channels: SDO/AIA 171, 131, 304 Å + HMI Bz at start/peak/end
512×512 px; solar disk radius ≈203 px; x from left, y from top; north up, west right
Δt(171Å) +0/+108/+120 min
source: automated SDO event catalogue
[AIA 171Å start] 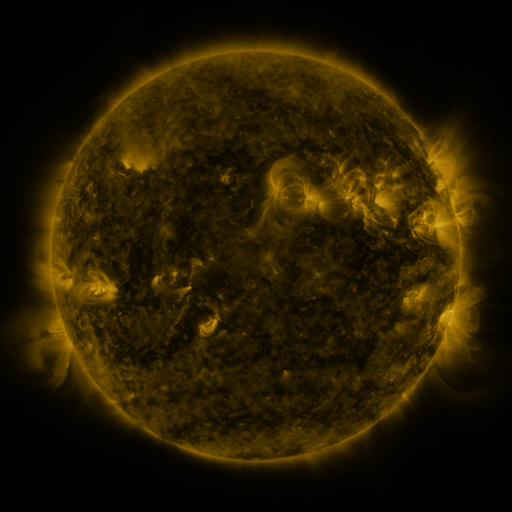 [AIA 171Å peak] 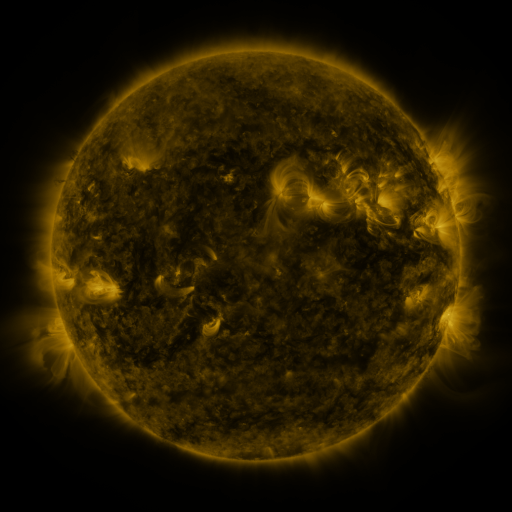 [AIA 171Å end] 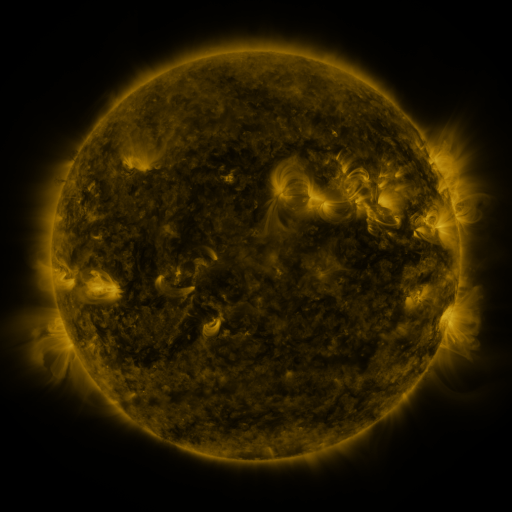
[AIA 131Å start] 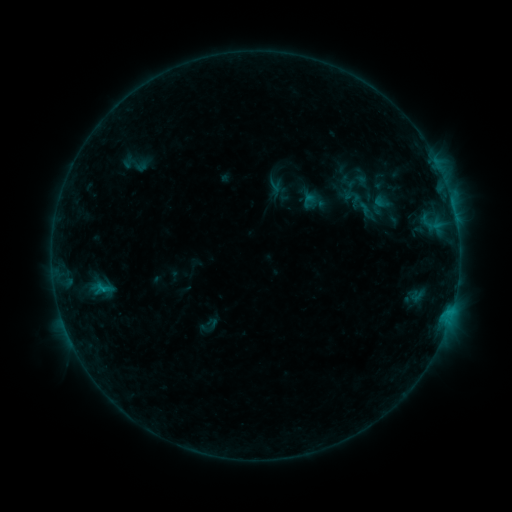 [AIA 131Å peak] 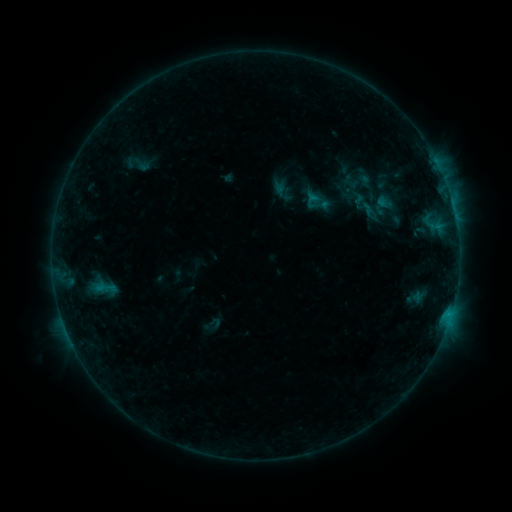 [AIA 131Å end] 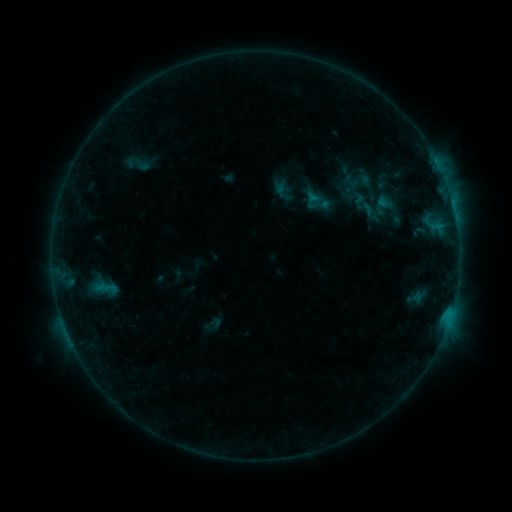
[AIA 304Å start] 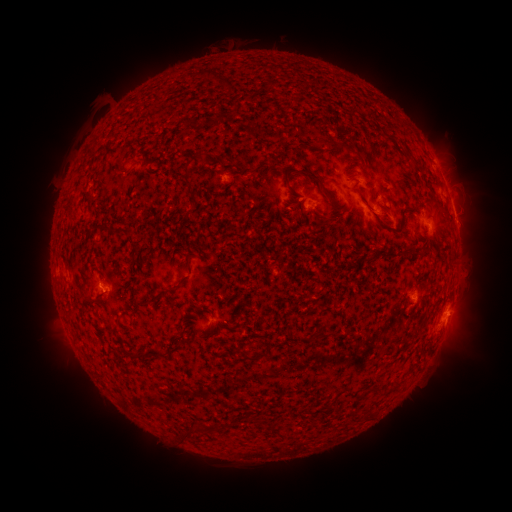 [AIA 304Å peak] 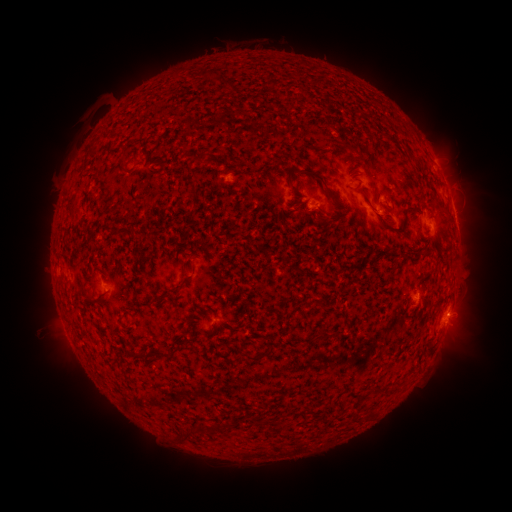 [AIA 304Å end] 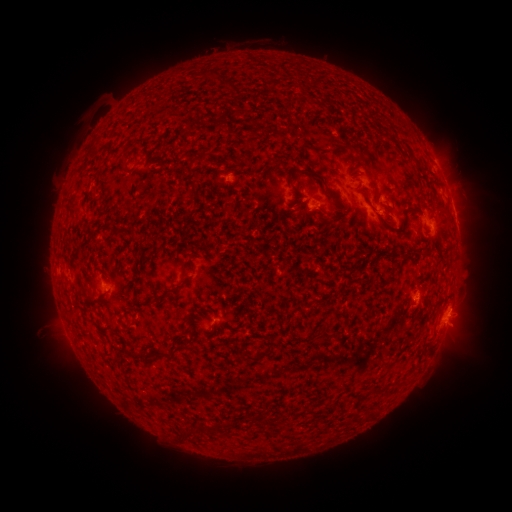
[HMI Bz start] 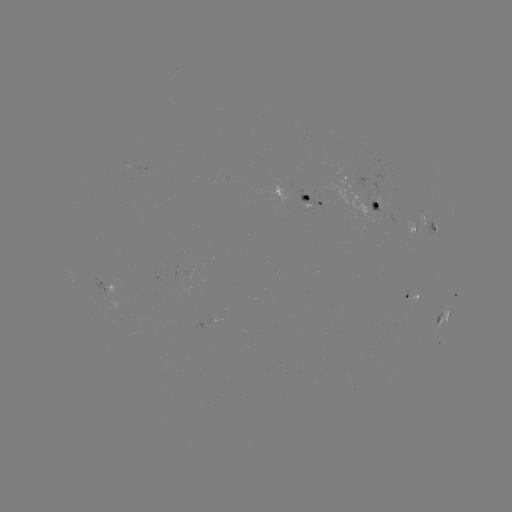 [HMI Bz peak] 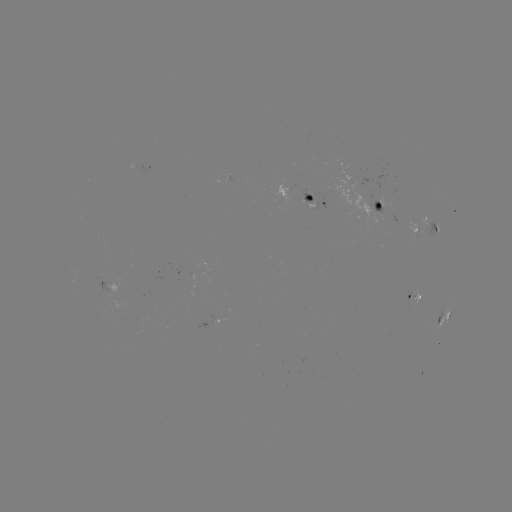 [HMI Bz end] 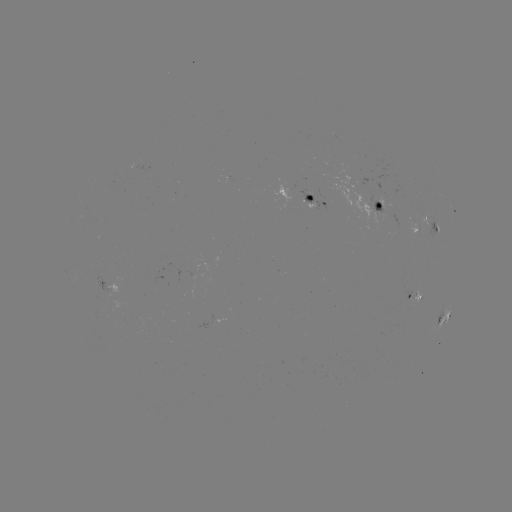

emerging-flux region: <bbox>406, 220, 417, 239</bbox>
